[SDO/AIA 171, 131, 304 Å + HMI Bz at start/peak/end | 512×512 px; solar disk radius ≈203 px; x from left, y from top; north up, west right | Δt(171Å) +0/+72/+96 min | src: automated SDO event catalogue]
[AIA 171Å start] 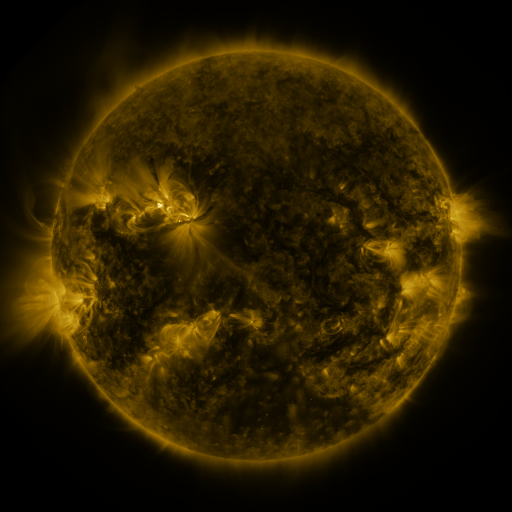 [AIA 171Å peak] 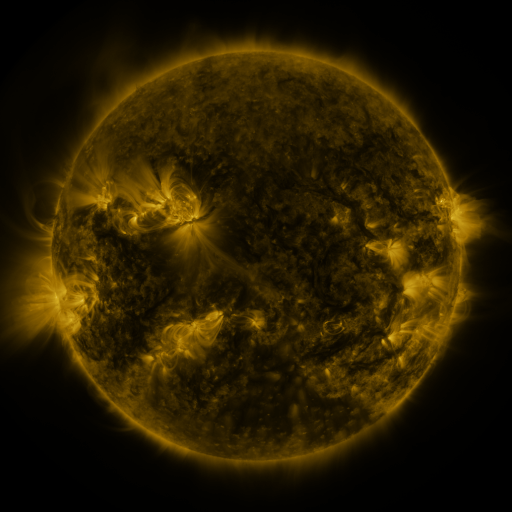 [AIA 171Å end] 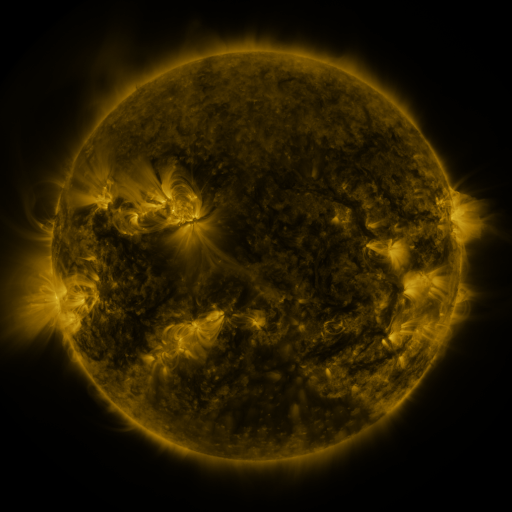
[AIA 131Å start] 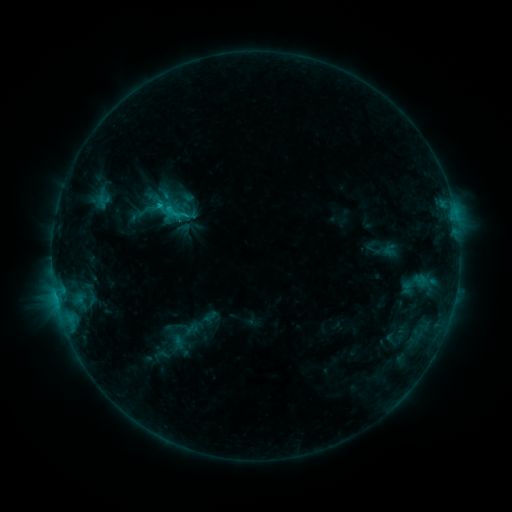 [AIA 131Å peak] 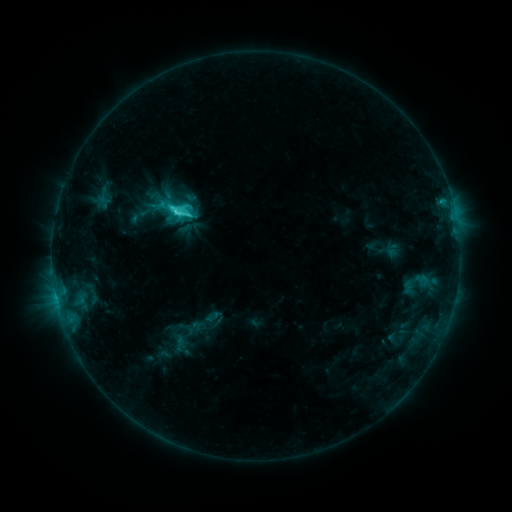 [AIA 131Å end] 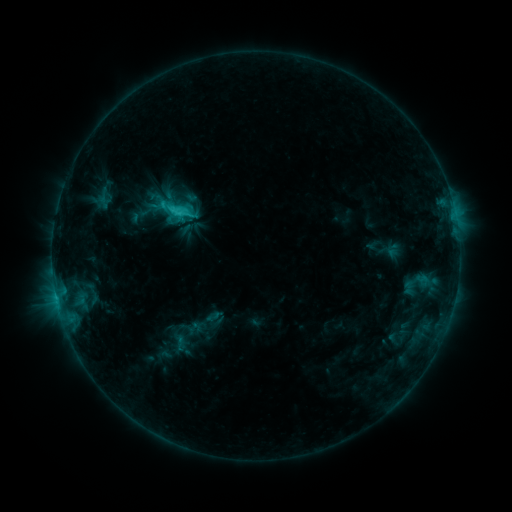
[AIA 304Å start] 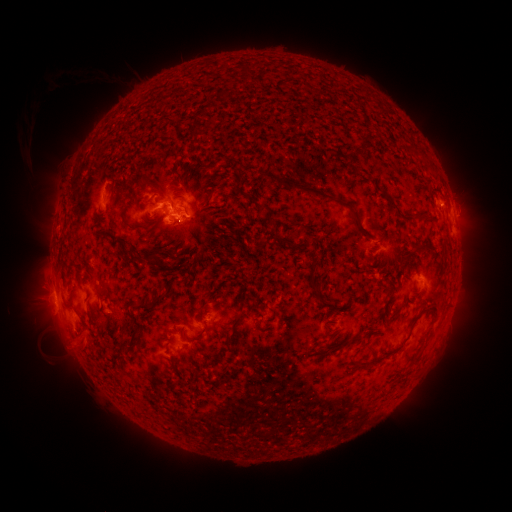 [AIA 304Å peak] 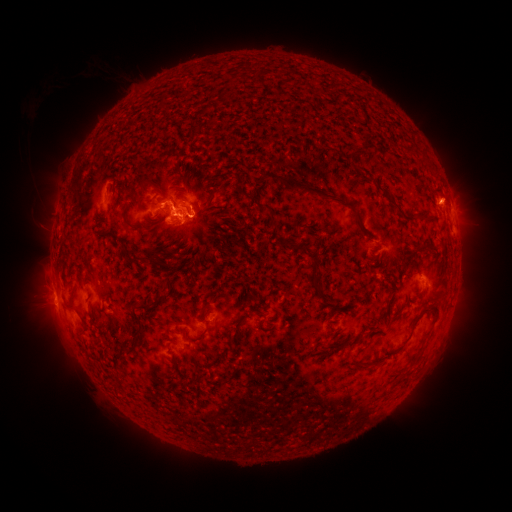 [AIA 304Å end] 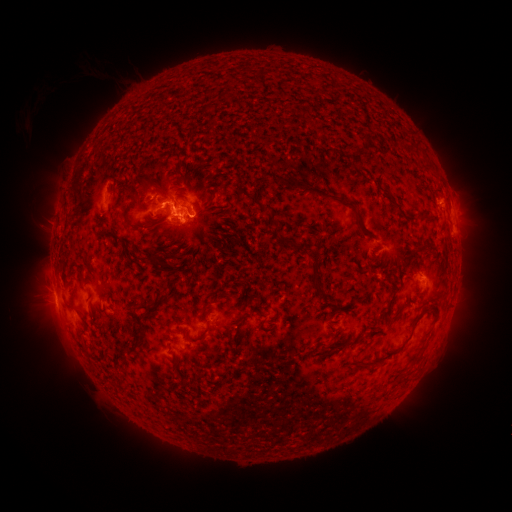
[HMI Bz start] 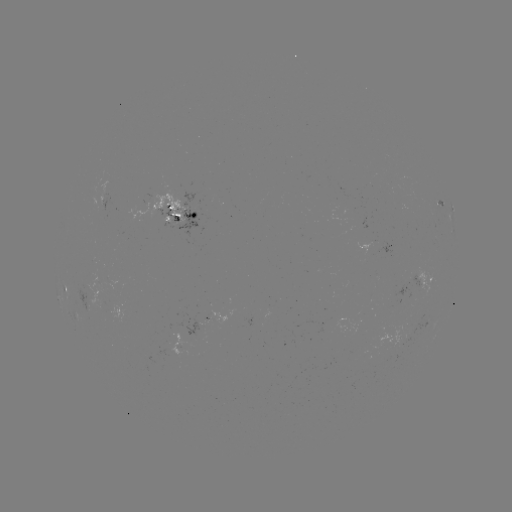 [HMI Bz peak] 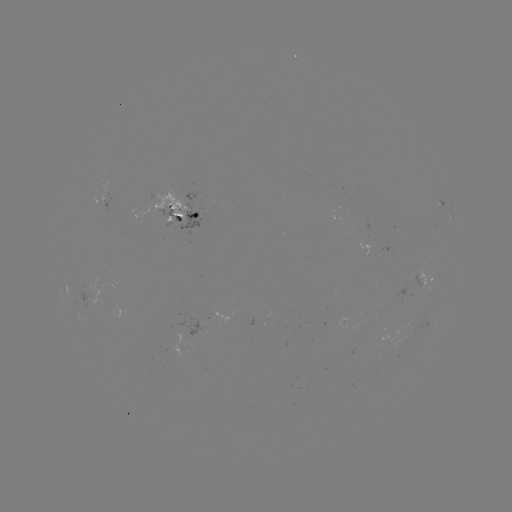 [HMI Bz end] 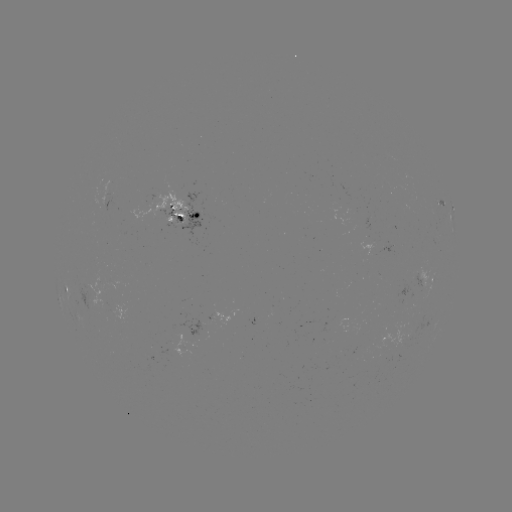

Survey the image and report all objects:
C4.4 flare: (178, 214)
